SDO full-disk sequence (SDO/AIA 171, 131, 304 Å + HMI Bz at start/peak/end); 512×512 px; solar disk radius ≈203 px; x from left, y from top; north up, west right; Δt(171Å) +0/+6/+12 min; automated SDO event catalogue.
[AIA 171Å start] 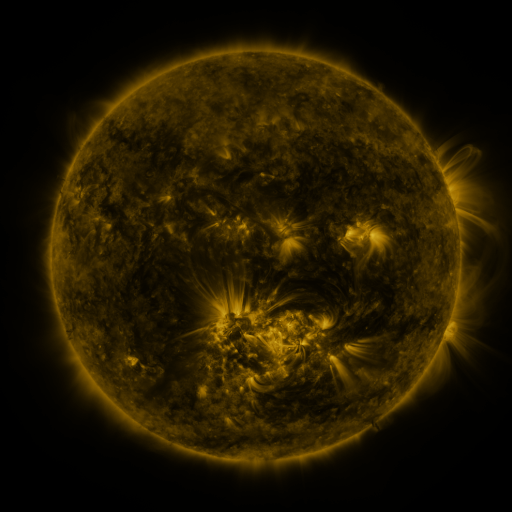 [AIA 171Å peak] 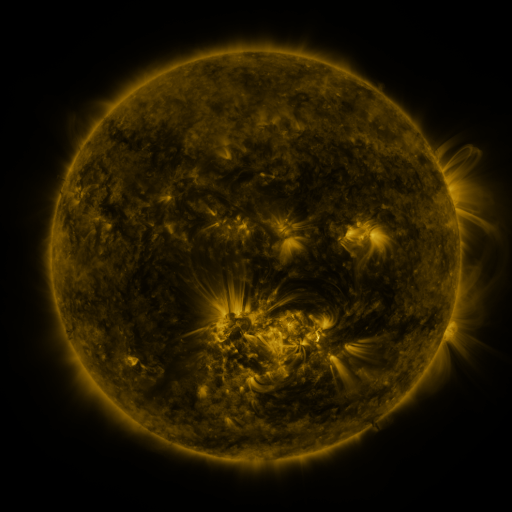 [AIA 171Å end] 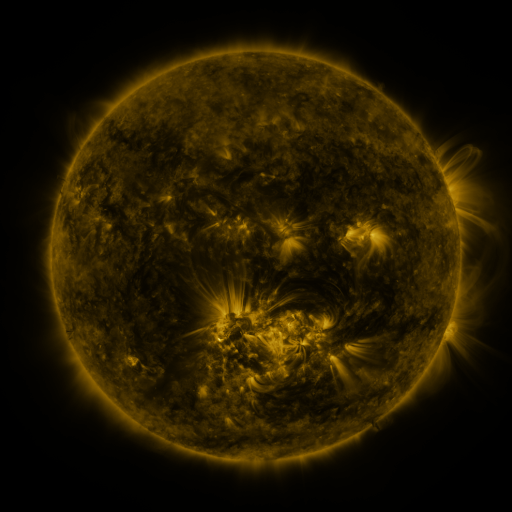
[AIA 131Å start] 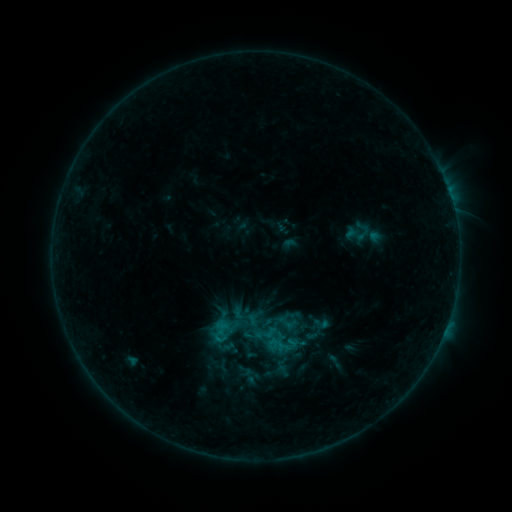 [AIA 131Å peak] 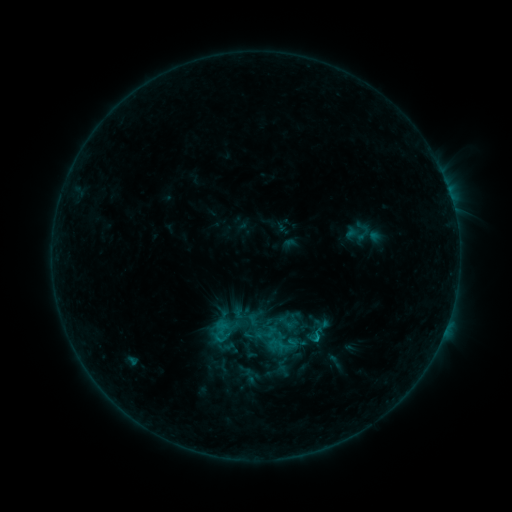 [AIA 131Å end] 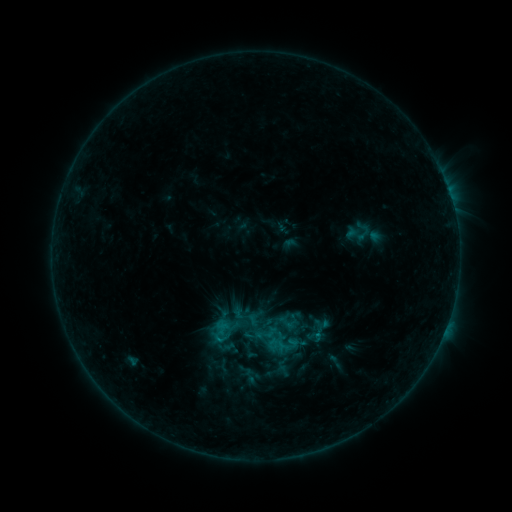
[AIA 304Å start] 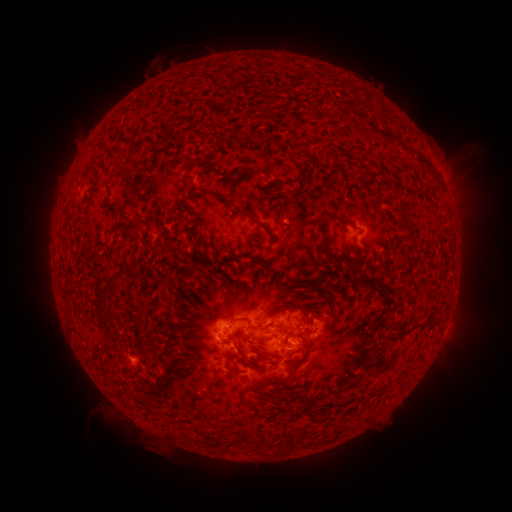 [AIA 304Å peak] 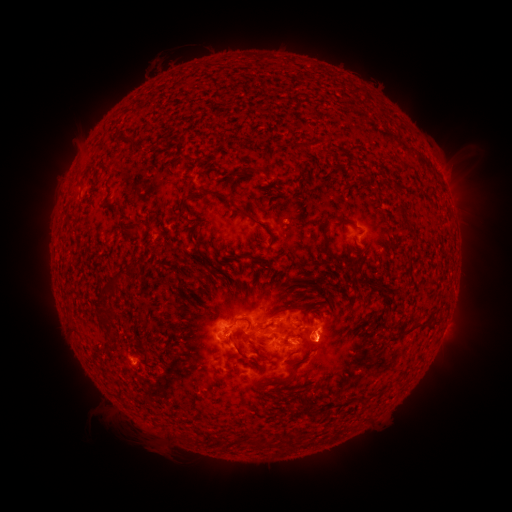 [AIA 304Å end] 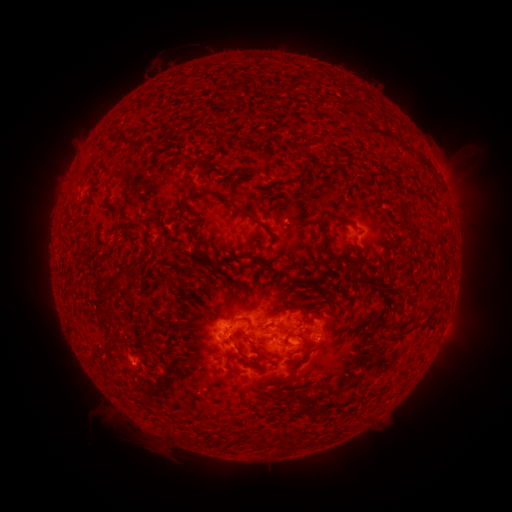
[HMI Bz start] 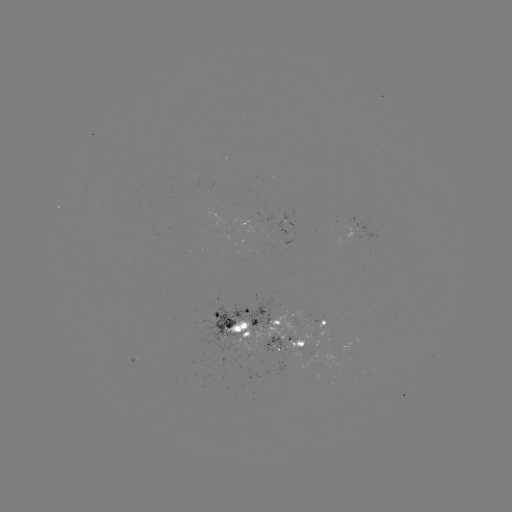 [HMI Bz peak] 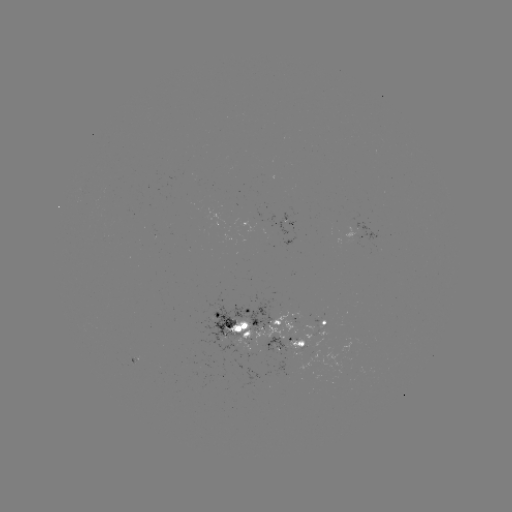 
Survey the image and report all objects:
eruption: (329, 340)
